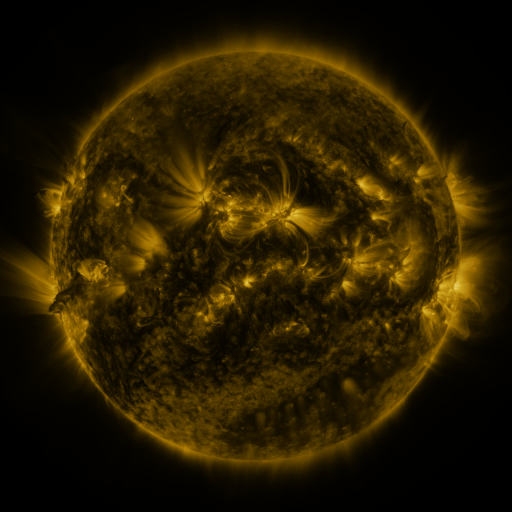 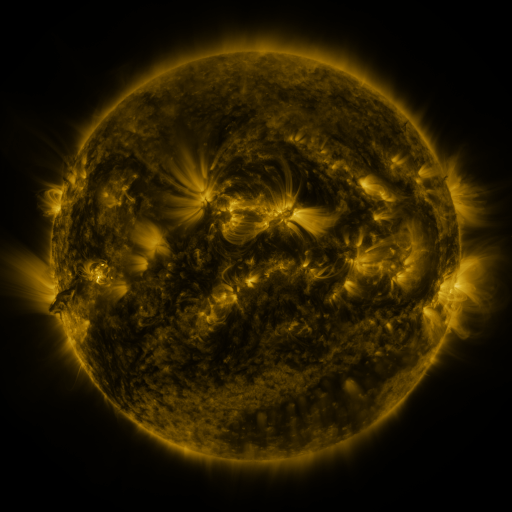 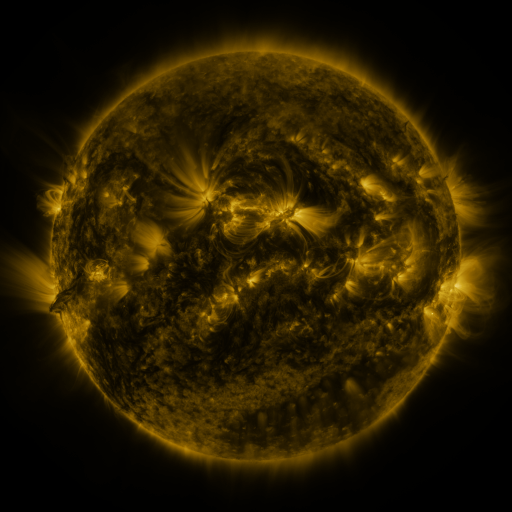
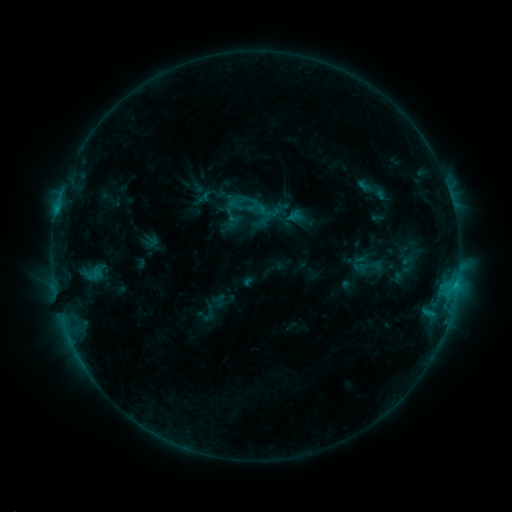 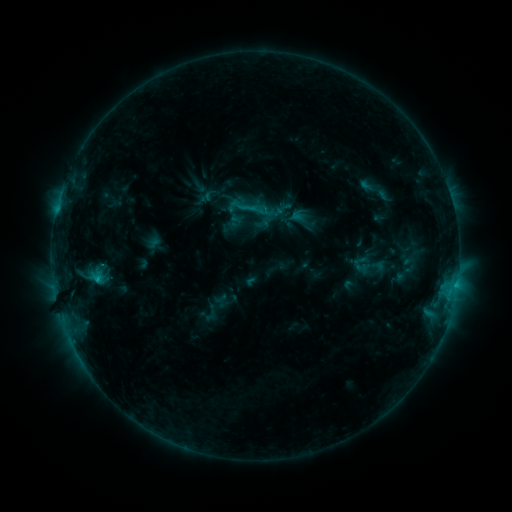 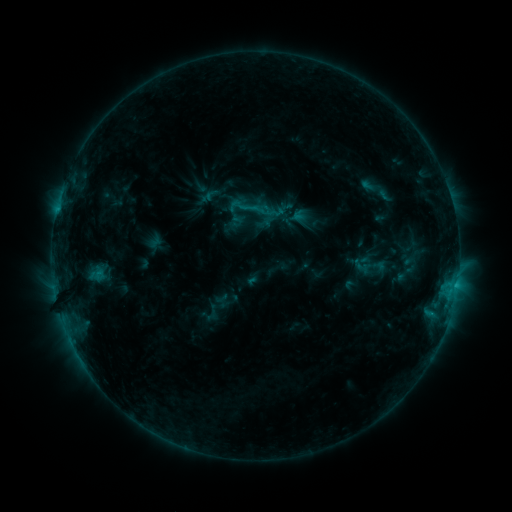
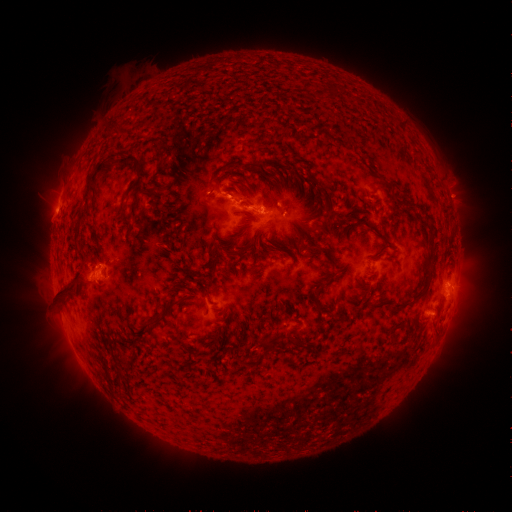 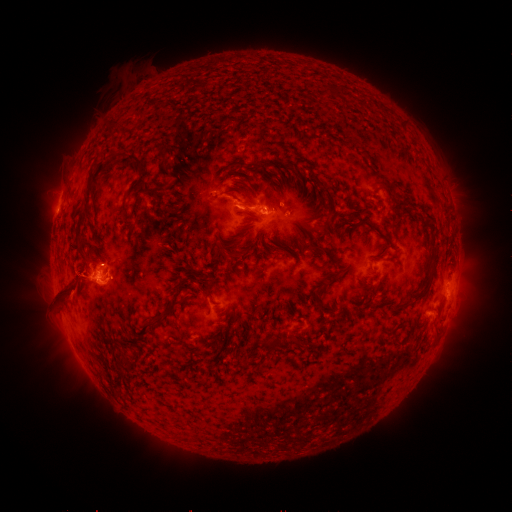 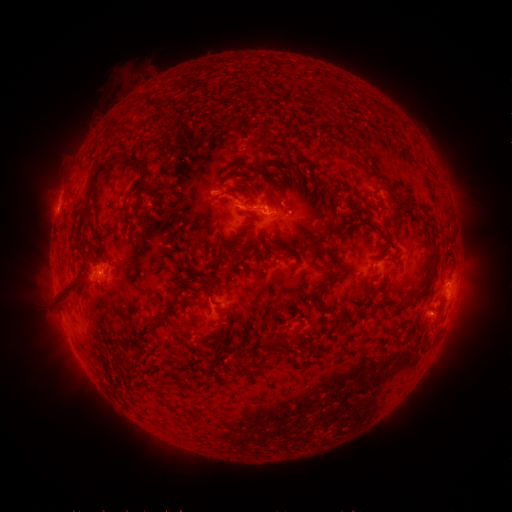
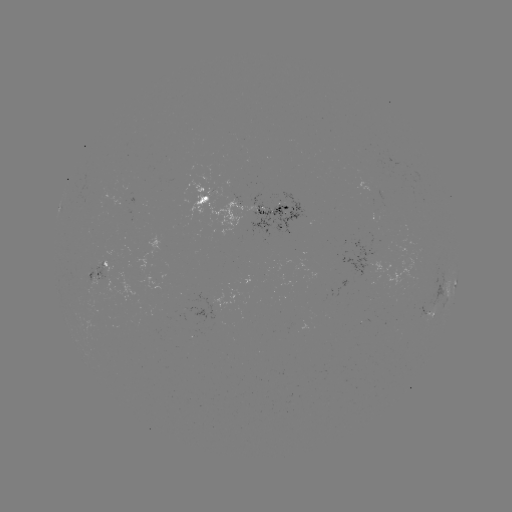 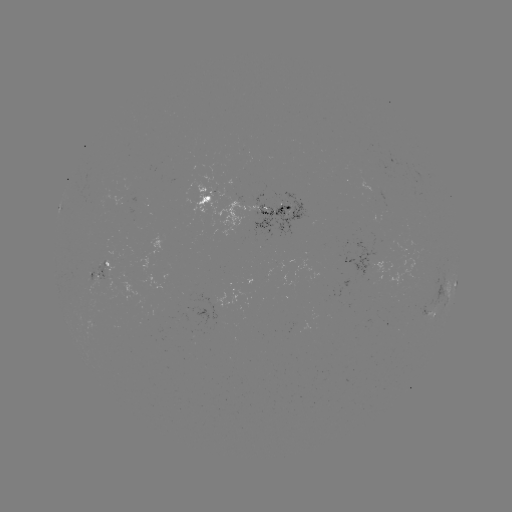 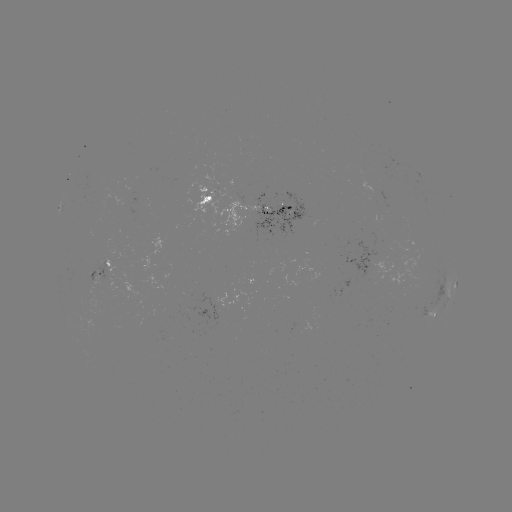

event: emerging-flux region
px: (235, 189)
